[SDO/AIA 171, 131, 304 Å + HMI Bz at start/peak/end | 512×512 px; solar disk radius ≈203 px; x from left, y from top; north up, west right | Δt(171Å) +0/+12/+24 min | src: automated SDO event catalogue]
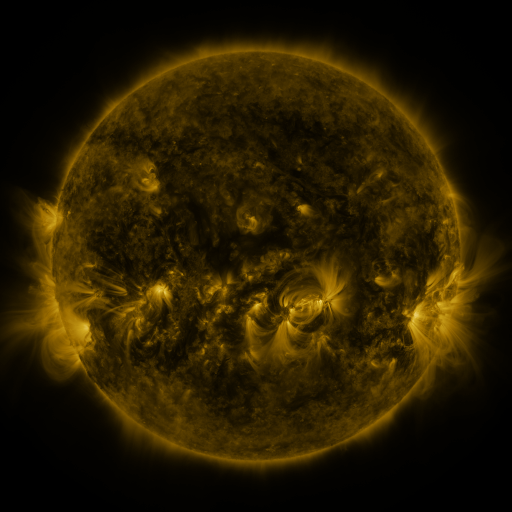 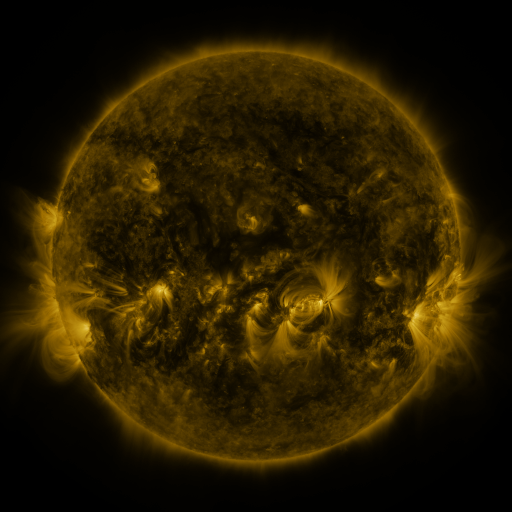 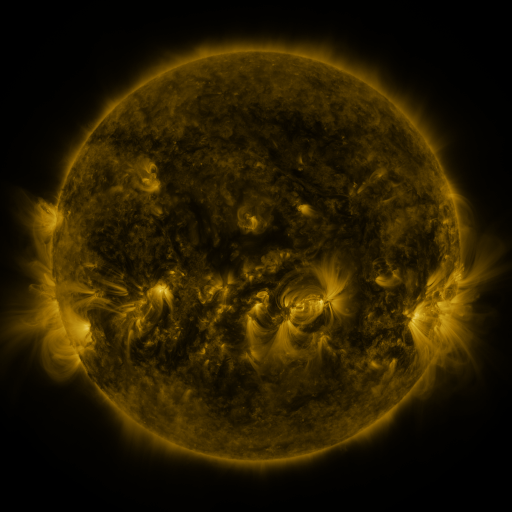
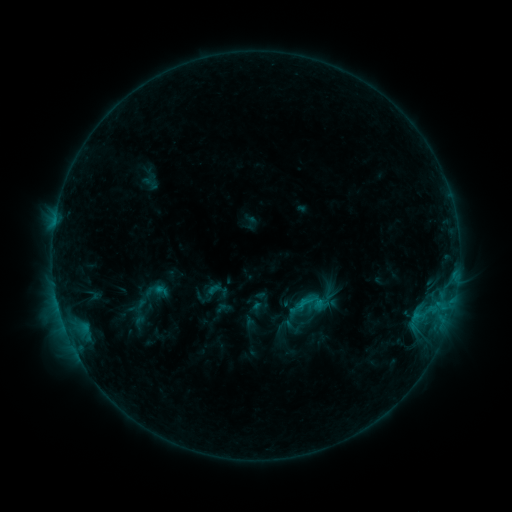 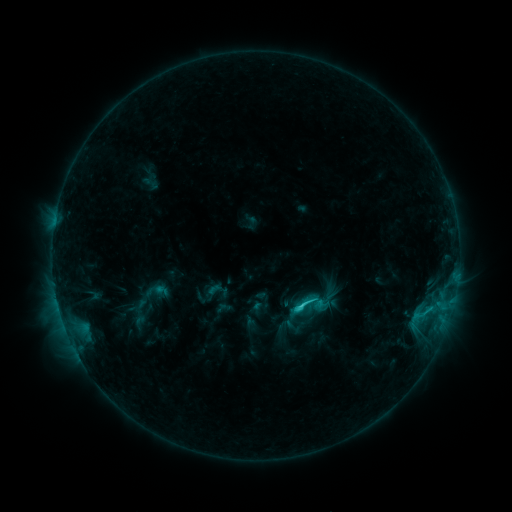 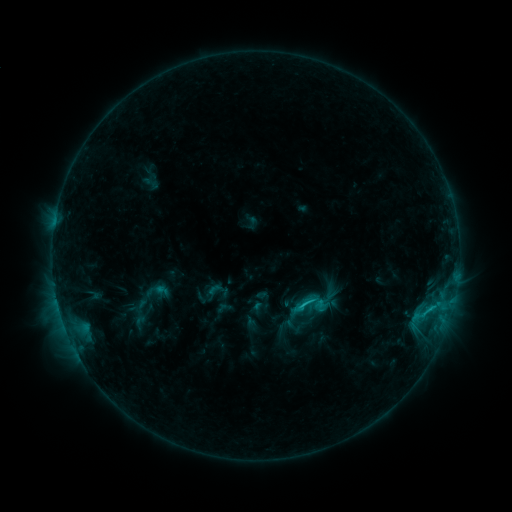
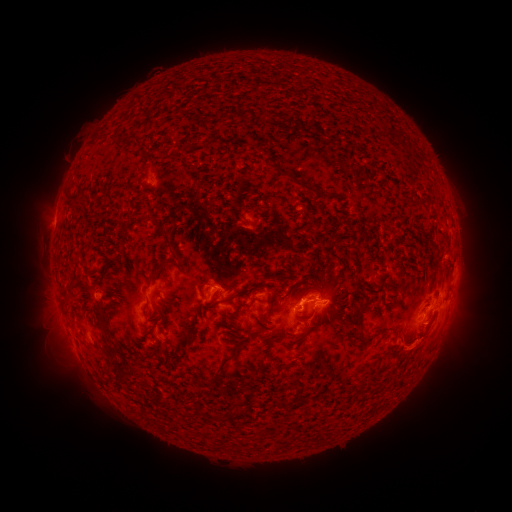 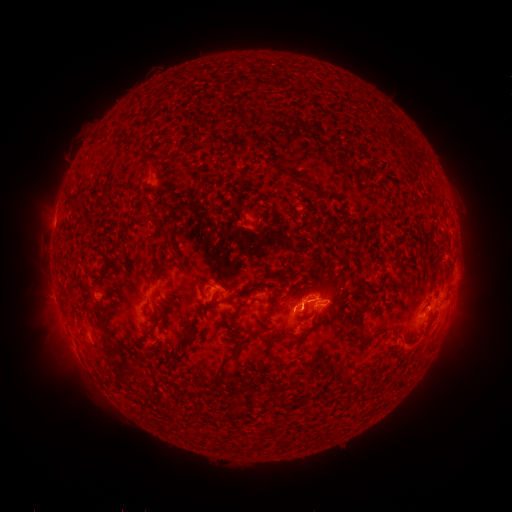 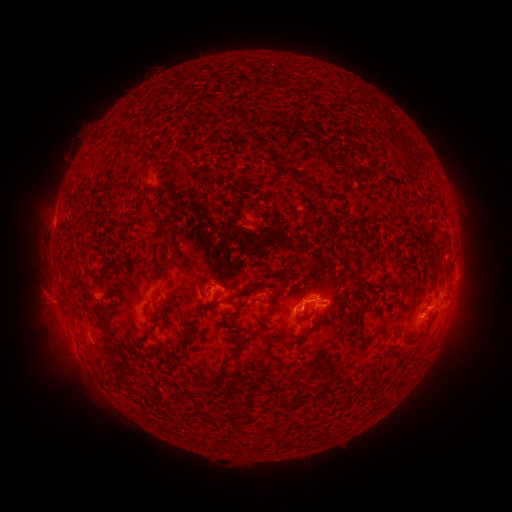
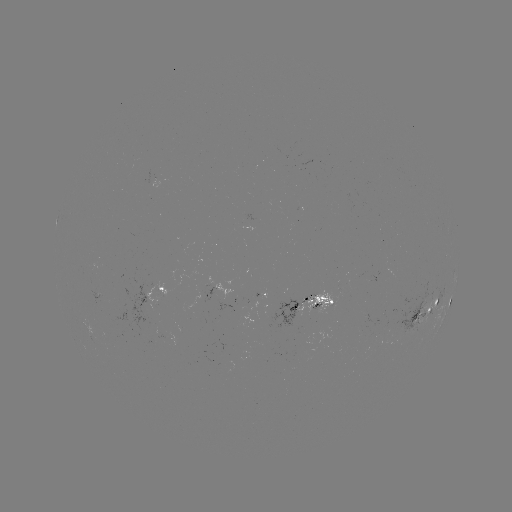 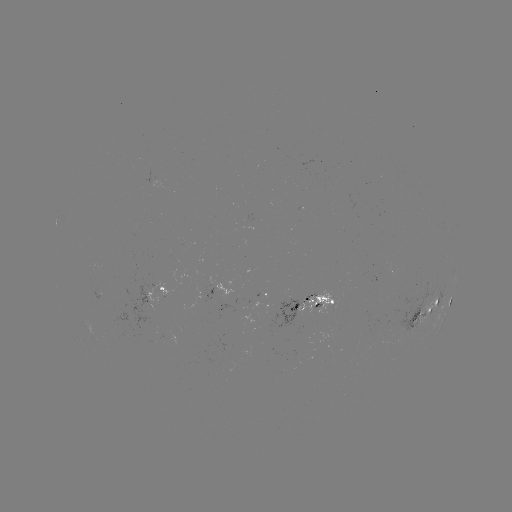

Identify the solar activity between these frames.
C2.3 flare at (299, 306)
